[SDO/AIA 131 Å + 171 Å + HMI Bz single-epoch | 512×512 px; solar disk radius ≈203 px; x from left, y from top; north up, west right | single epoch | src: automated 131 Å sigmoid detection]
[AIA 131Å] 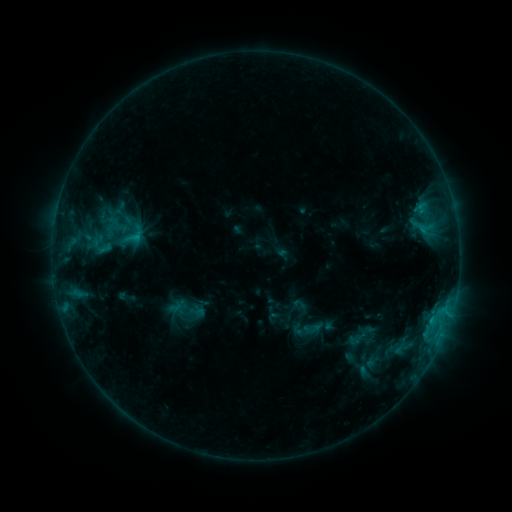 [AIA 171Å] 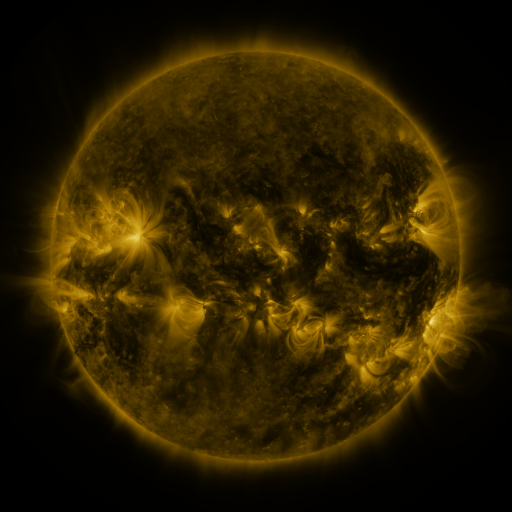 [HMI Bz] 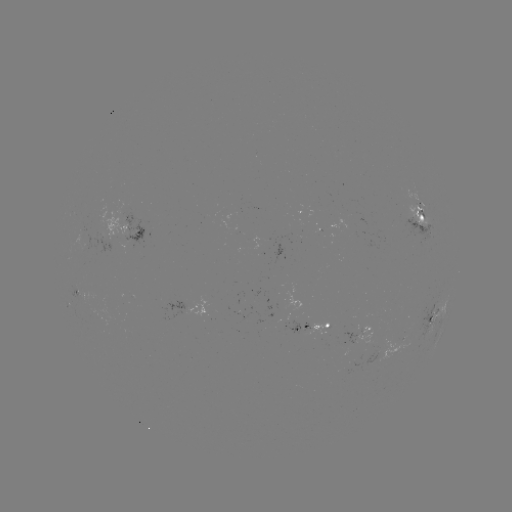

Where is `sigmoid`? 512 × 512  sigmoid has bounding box [117, 217, 149, 255].